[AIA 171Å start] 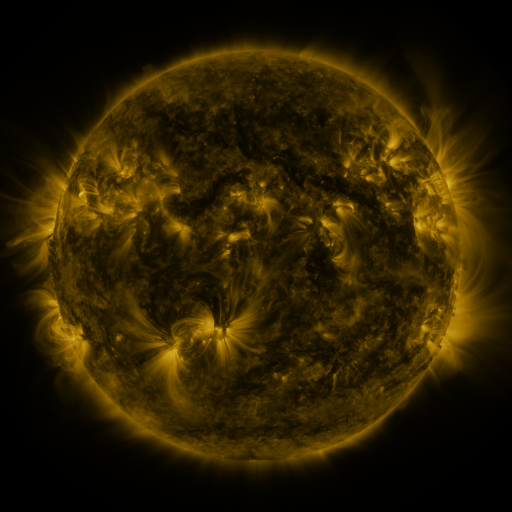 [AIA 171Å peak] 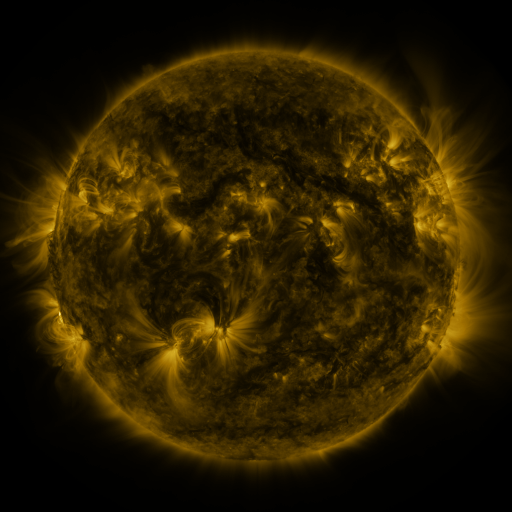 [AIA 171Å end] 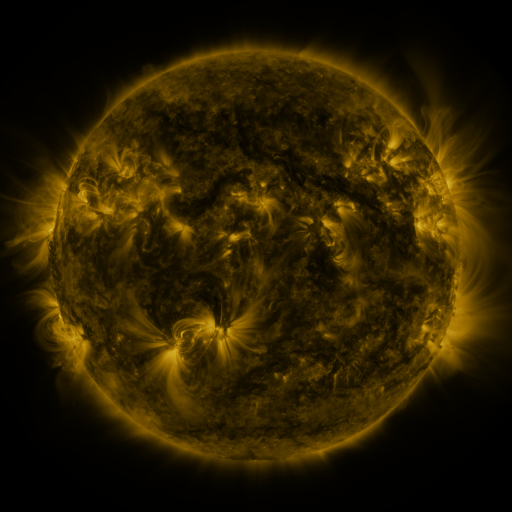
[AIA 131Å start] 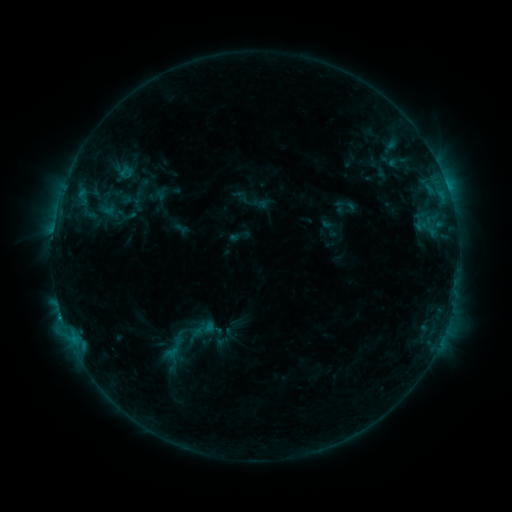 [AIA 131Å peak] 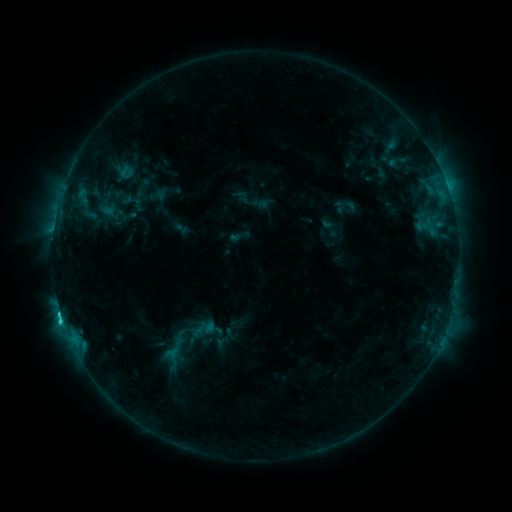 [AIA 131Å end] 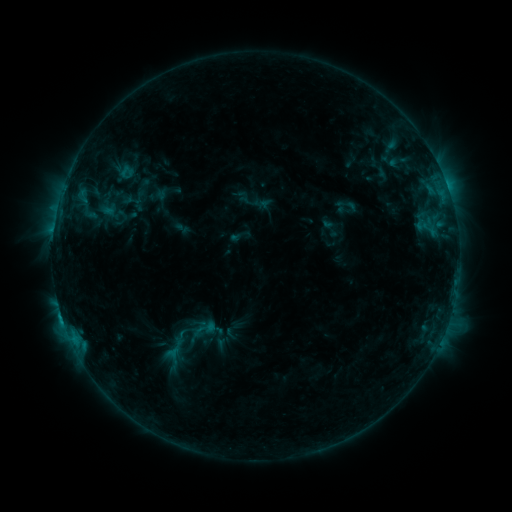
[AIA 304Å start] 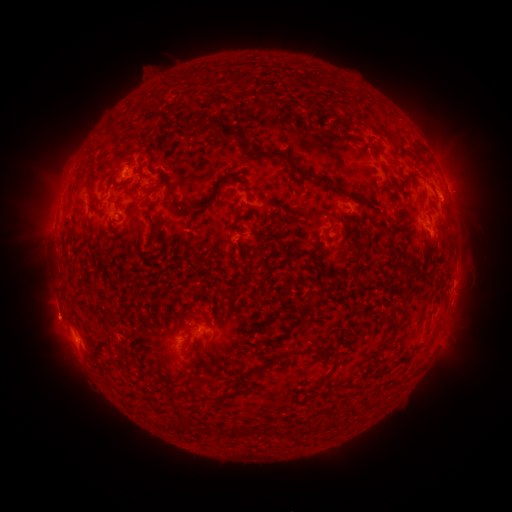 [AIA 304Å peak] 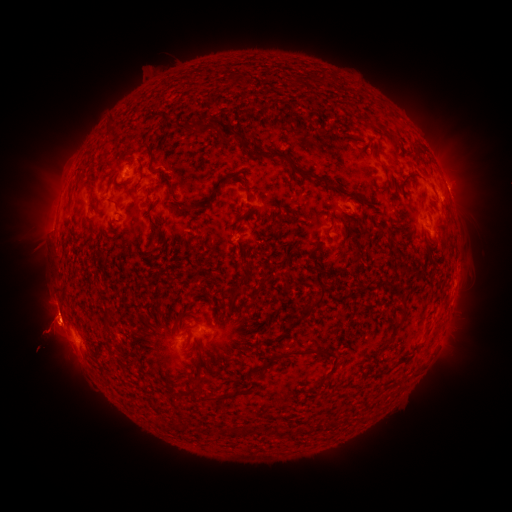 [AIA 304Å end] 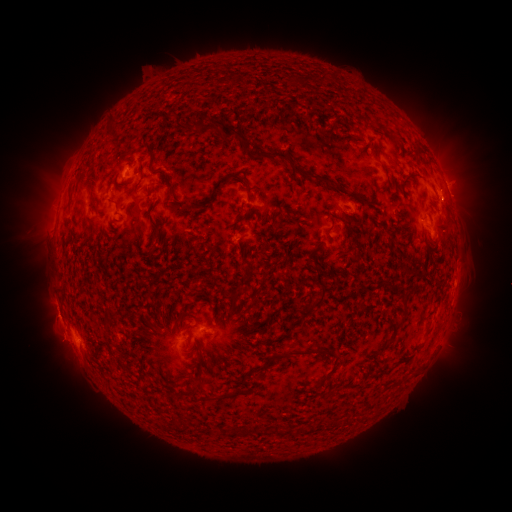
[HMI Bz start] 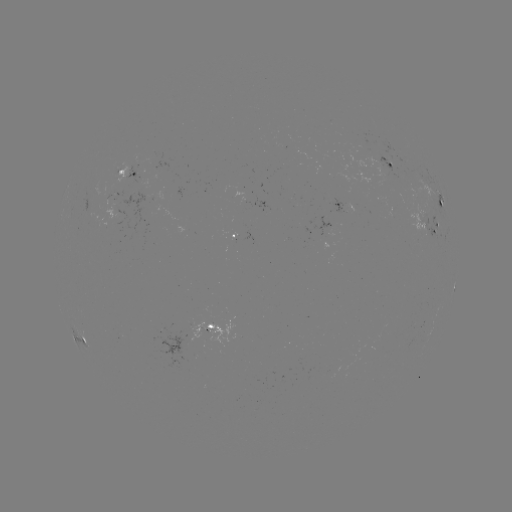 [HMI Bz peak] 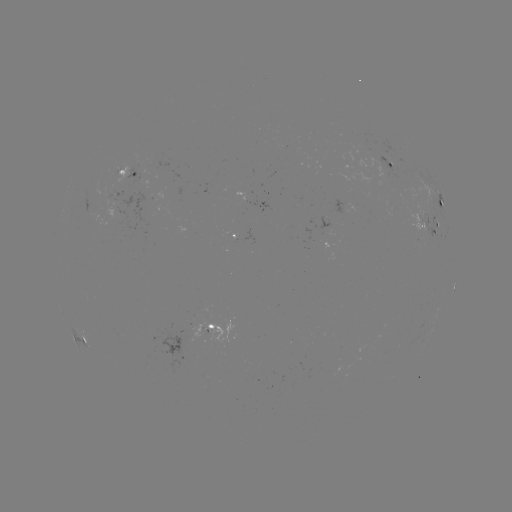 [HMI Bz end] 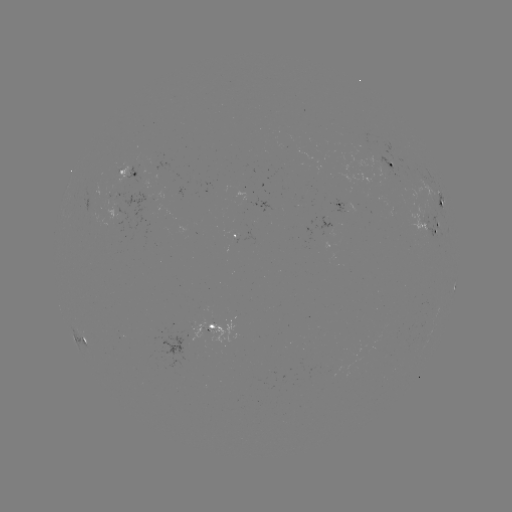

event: eruption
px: (56, 338)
